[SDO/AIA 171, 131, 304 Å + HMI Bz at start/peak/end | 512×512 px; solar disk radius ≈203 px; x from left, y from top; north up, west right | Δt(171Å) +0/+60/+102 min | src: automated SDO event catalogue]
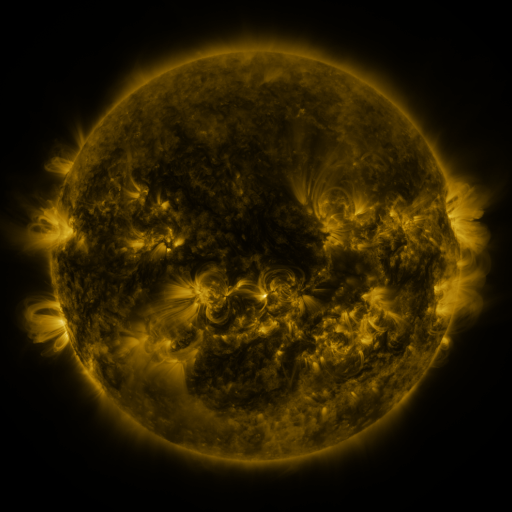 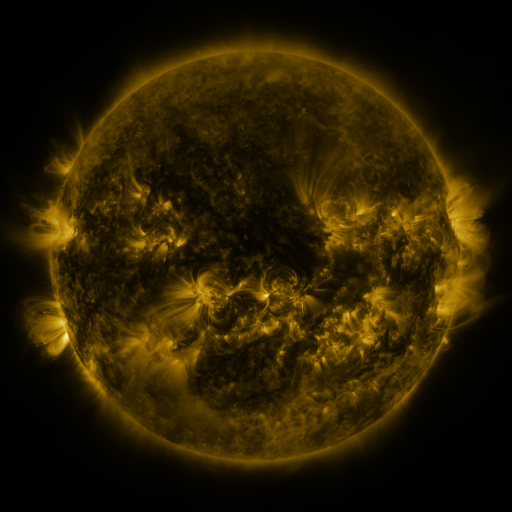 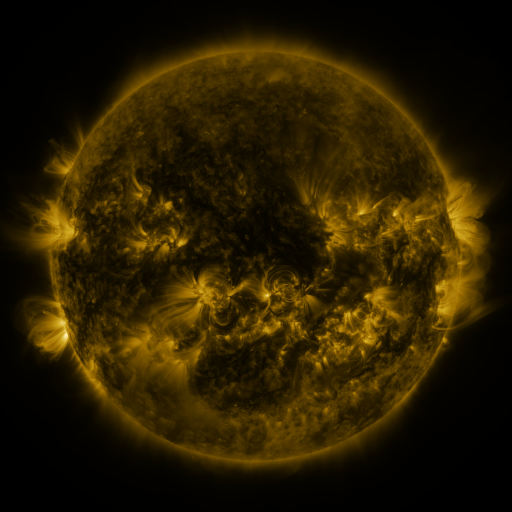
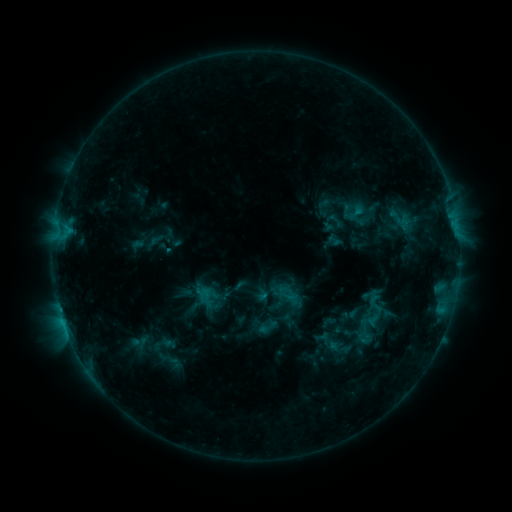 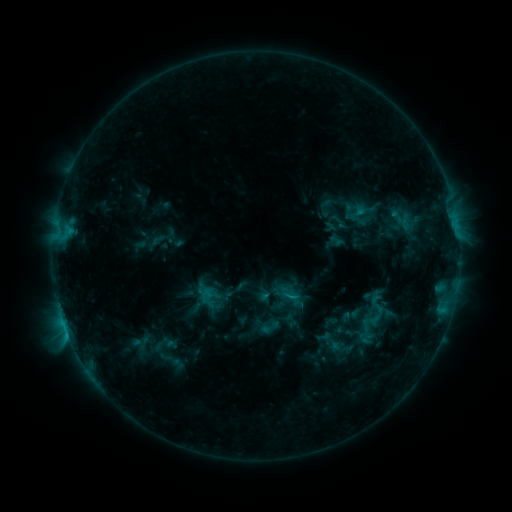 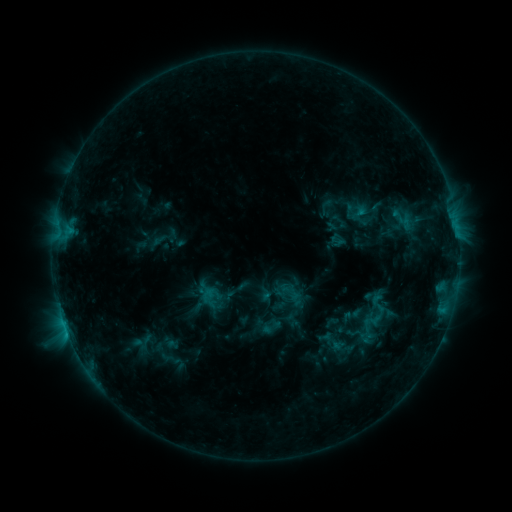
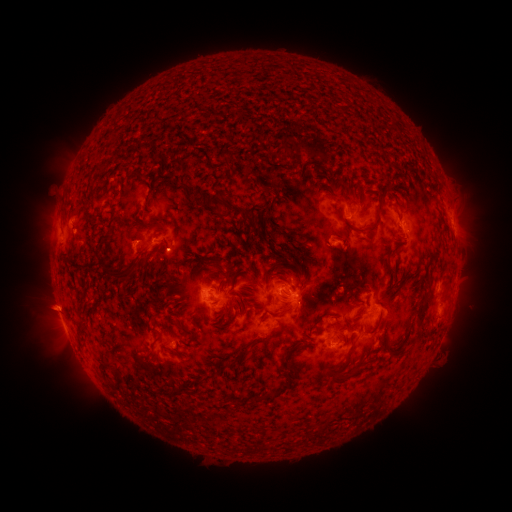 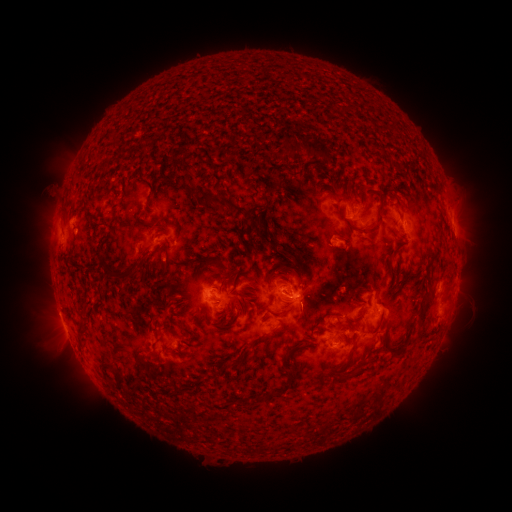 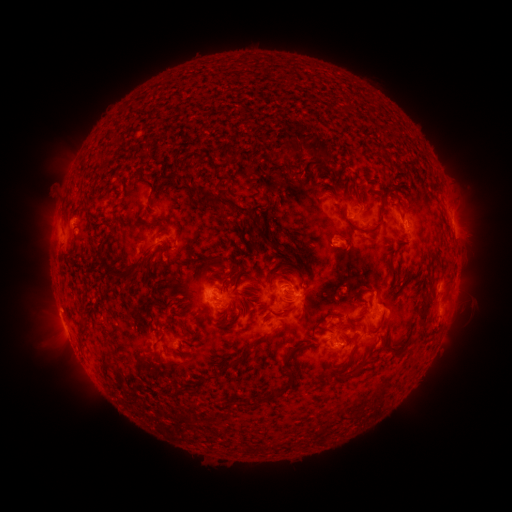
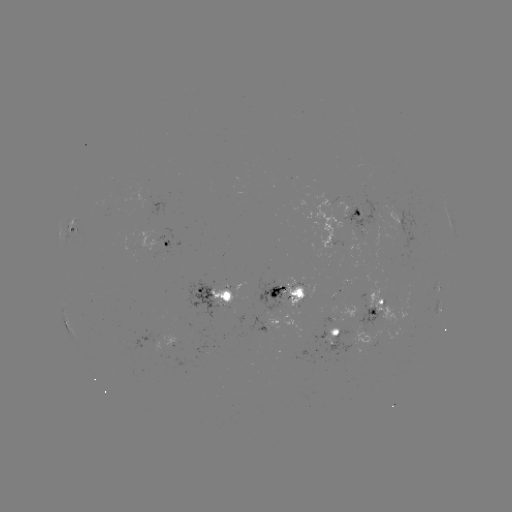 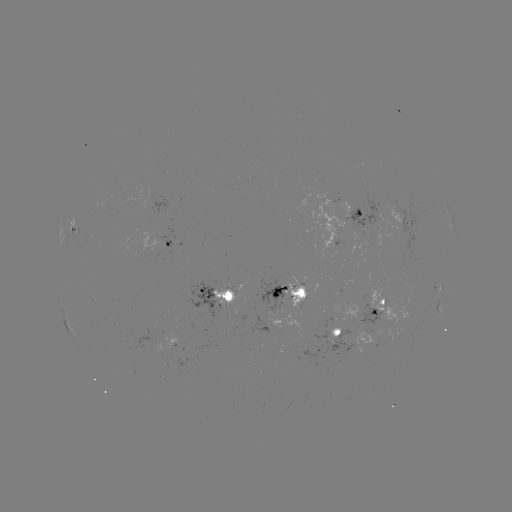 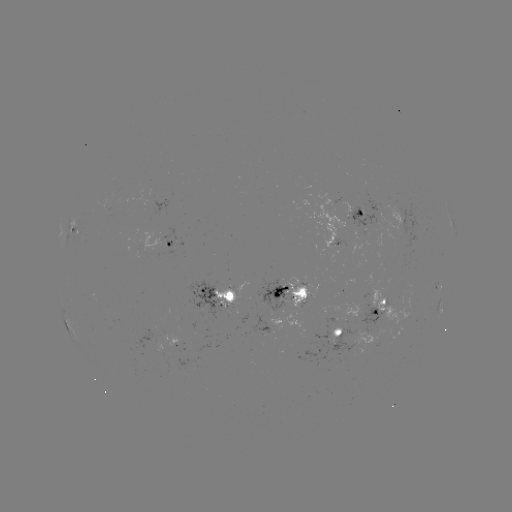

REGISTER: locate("emerging-flux region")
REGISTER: [302, 304]